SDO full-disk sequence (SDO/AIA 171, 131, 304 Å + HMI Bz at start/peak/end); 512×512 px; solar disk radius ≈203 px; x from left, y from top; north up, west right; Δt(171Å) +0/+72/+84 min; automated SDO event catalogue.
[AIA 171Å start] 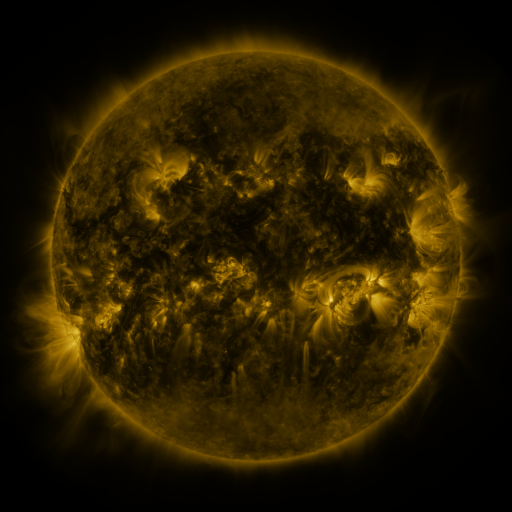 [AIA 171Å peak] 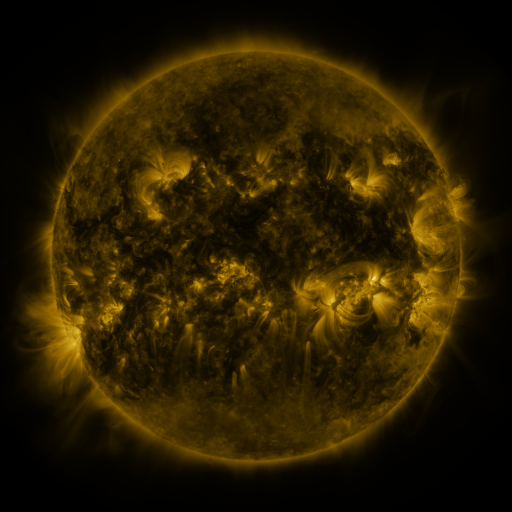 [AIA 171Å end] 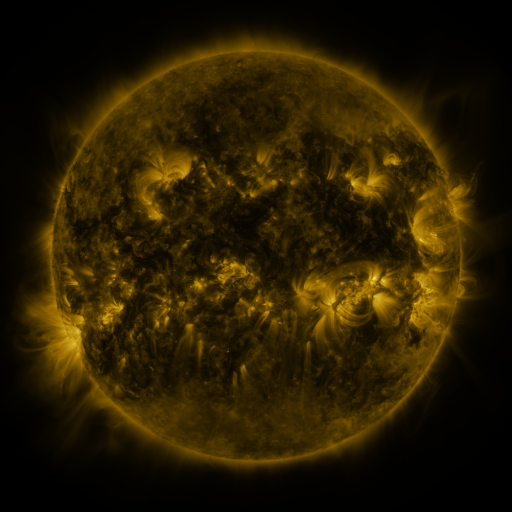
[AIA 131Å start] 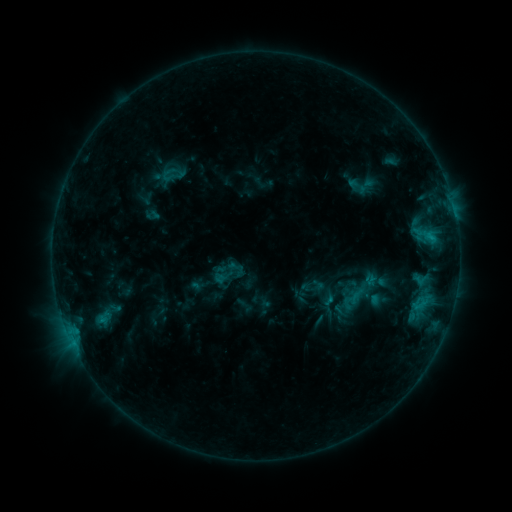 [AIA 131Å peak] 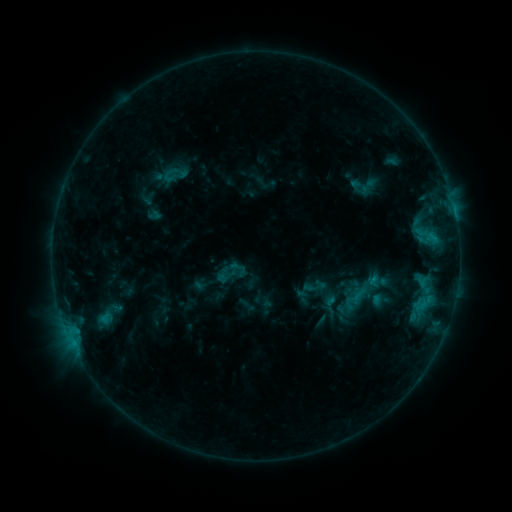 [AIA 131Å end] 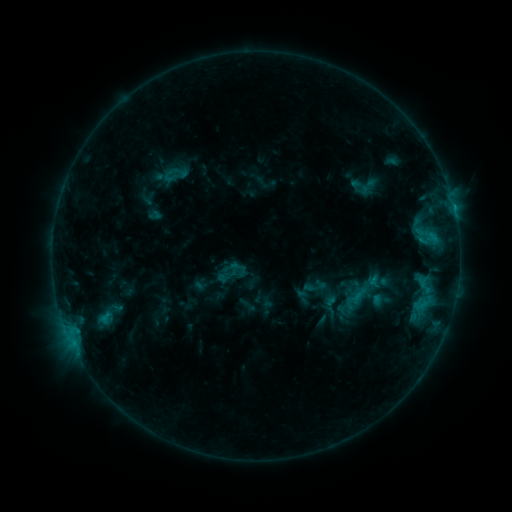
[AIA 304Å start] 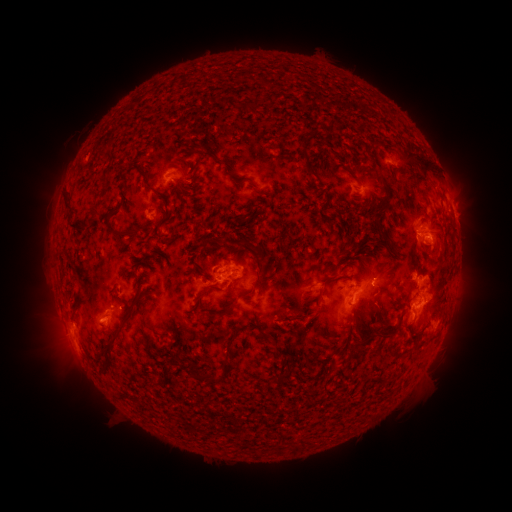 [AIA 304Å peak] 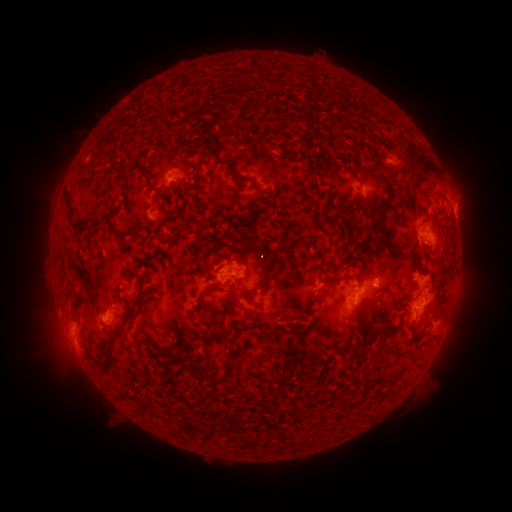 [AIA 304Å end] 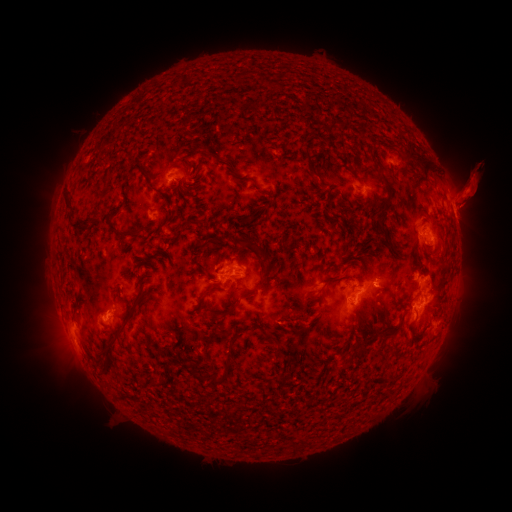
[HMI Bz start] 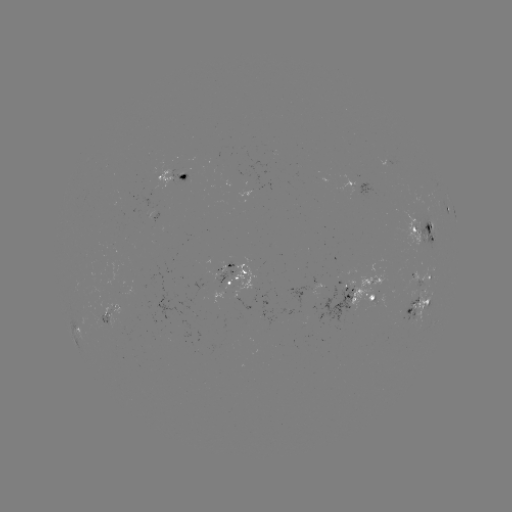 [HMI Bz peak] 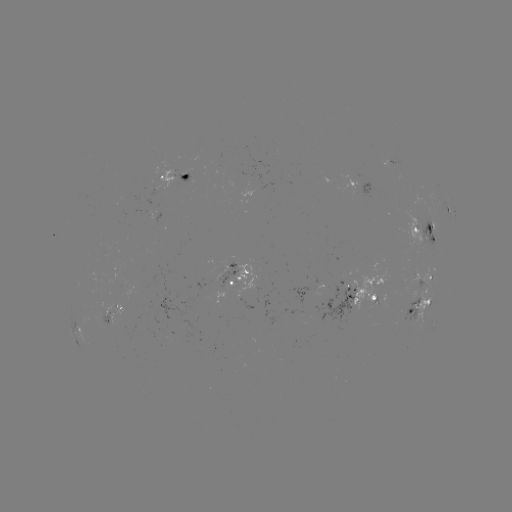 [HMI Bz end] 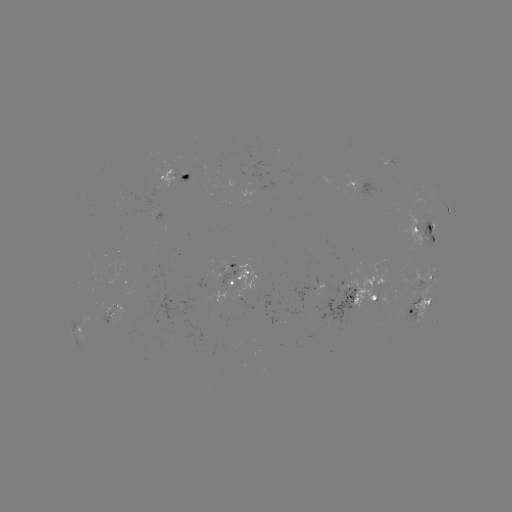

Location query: emerging-flux region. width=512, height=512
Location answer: [355, 285].